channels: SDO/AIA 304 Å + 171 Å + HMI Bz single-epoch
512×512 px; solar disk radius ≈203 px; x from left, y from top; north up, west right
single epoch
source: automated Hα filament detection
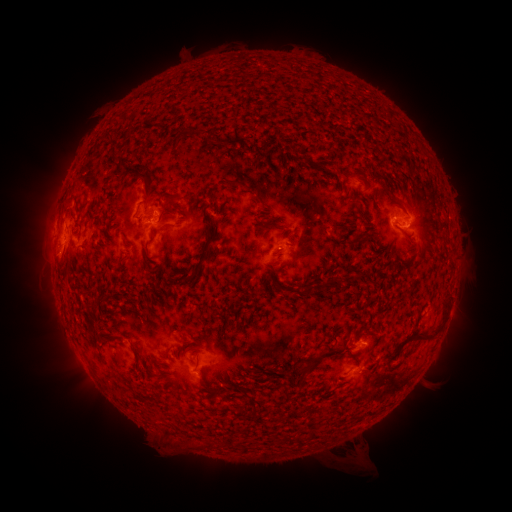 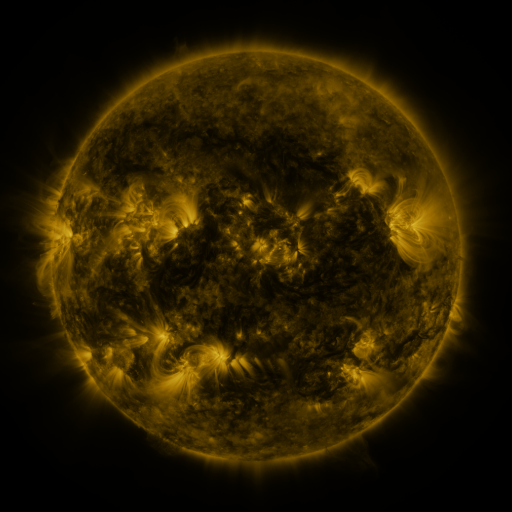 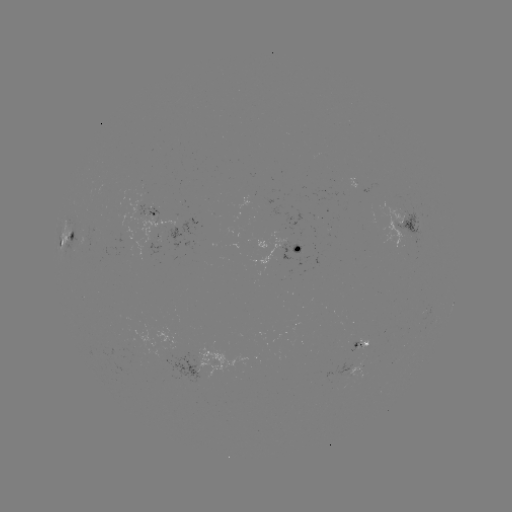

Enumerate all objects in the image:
filament: [223, 179, 242, 188]
filament: [143, 184, 152, 201]
filament: [375, 186, 392, 204]
filament: [256, 195, 268, 209]
filament: [390, 198, 407, 214]
filament: [158, 205, 172, 219]
filament: [257, 219, 279, 229]
filament: [182, 271, 196, 281]
filament: [300, 284, 314, 296]
filament: [85, 301, 97, 308]
filament: [87, 322, 96, 331]
filament: [404, 332, 434, 344]
filament: [299, 349, 327, 379]
